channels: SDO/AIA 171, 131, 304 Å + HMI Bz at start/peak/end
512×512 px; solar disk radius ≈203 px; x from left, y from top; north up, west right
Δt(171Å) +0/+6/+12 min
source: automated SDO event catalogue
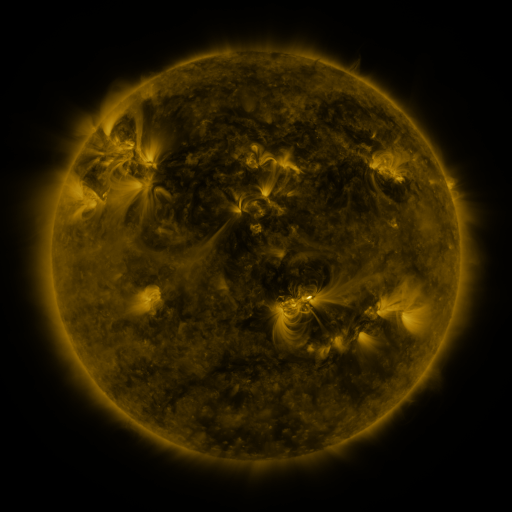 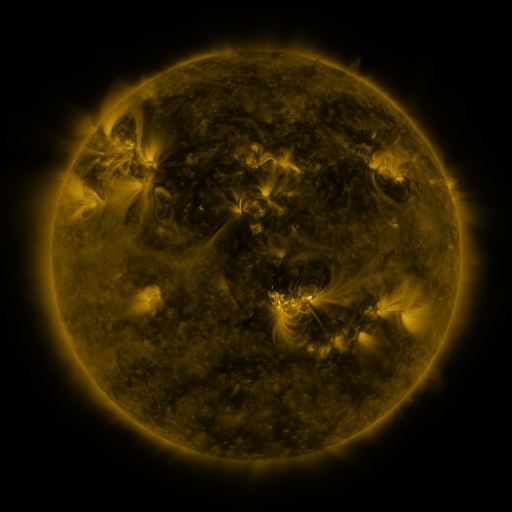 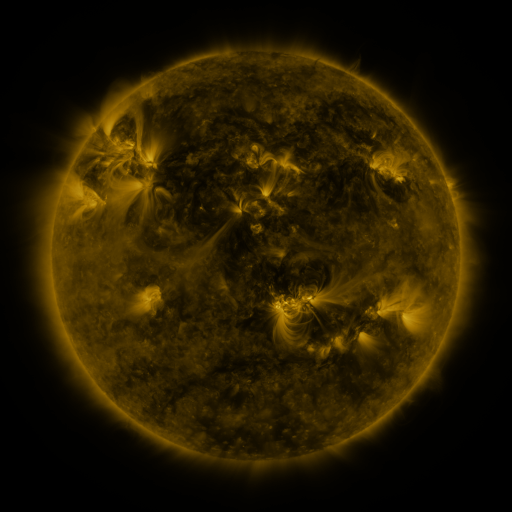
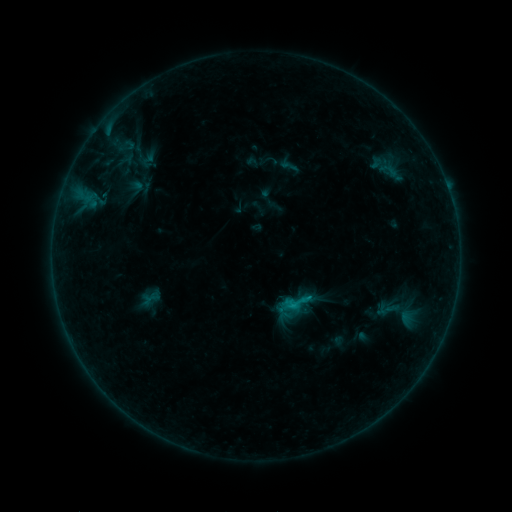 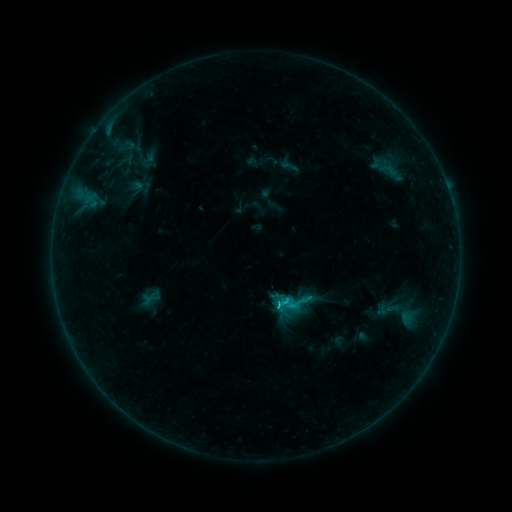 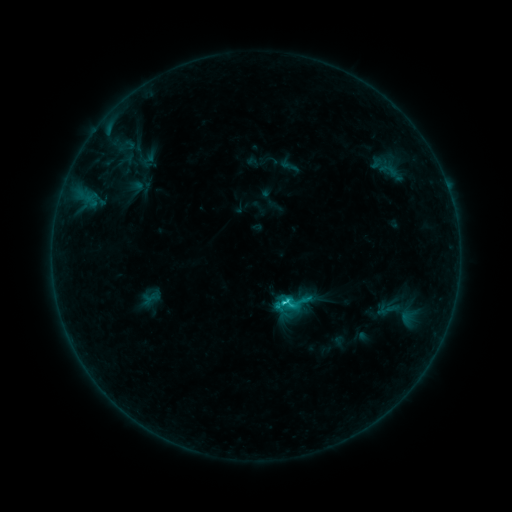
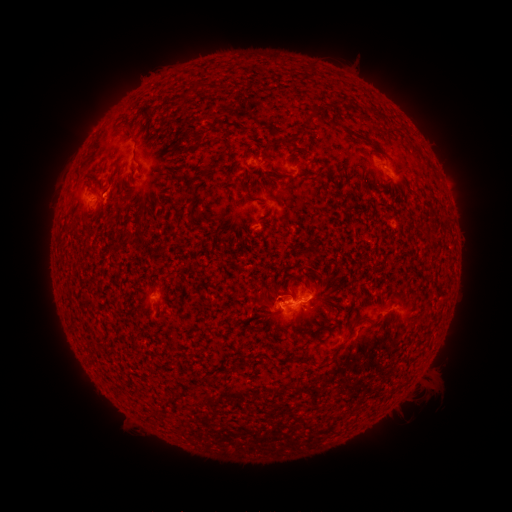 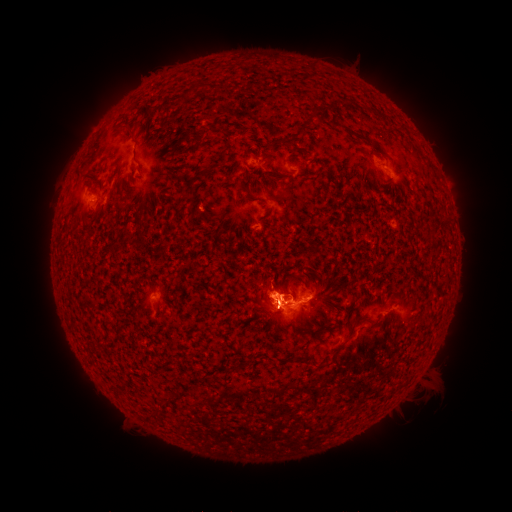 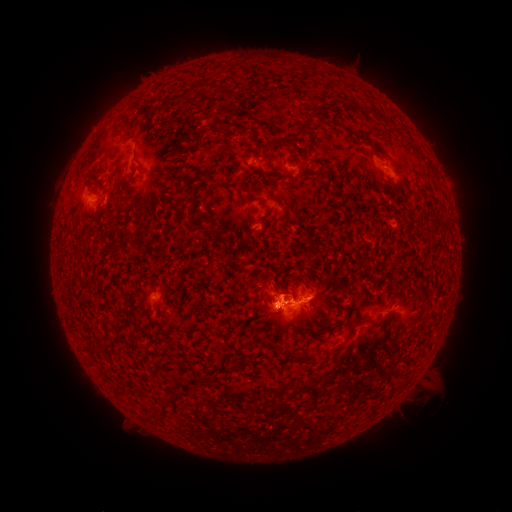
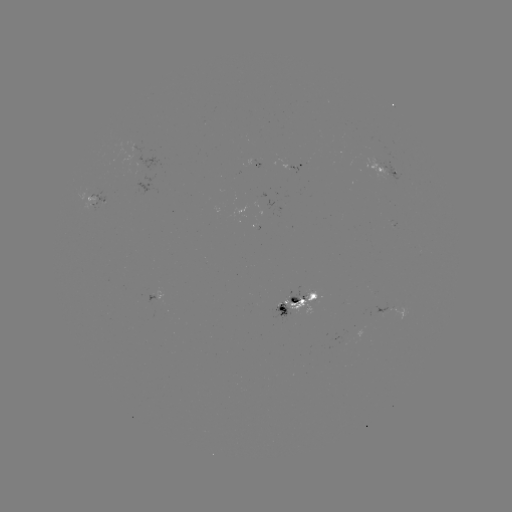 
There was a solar eruption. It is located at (271, 243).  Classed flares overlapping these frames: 1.